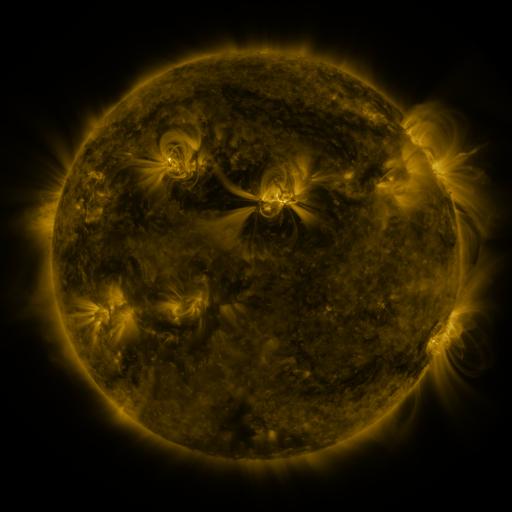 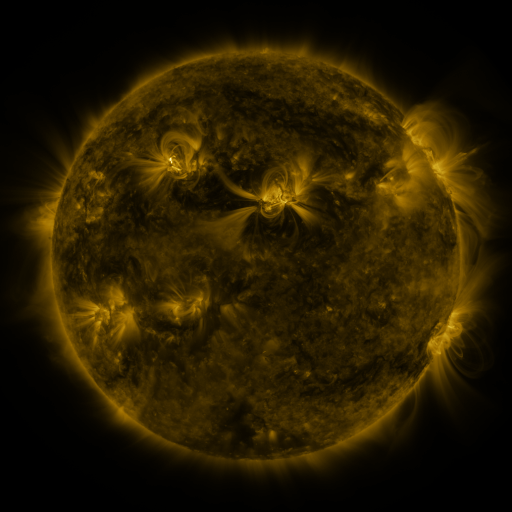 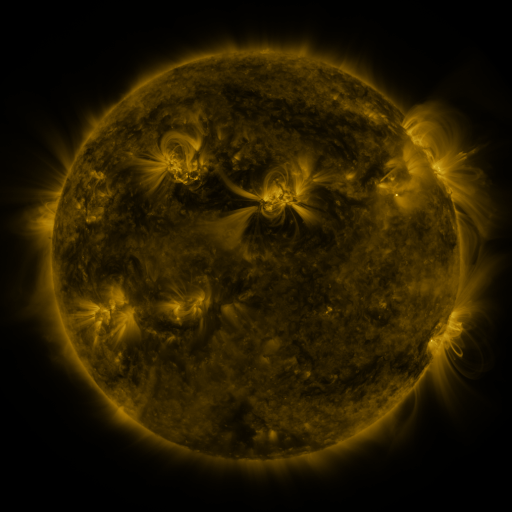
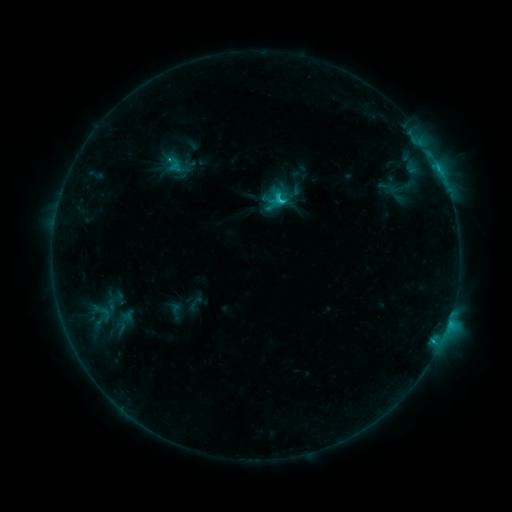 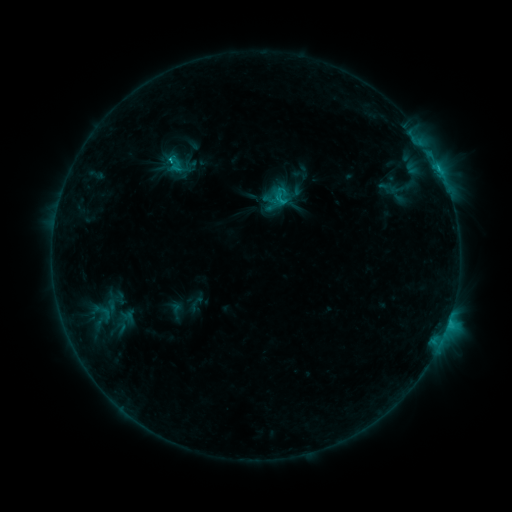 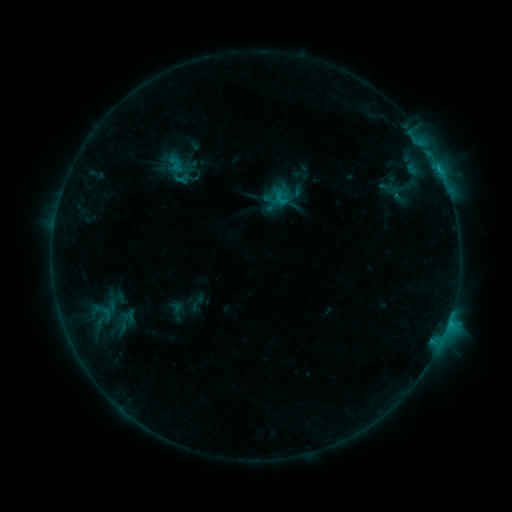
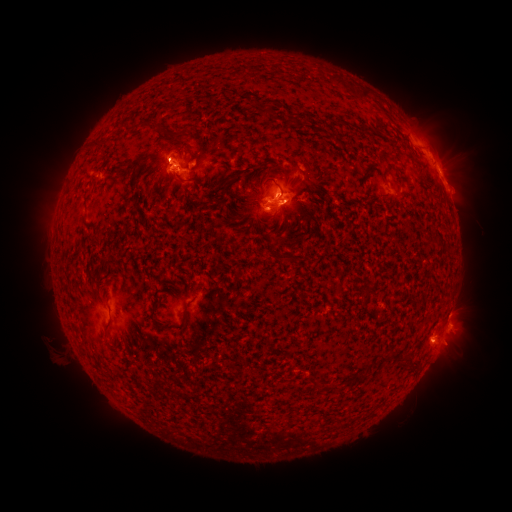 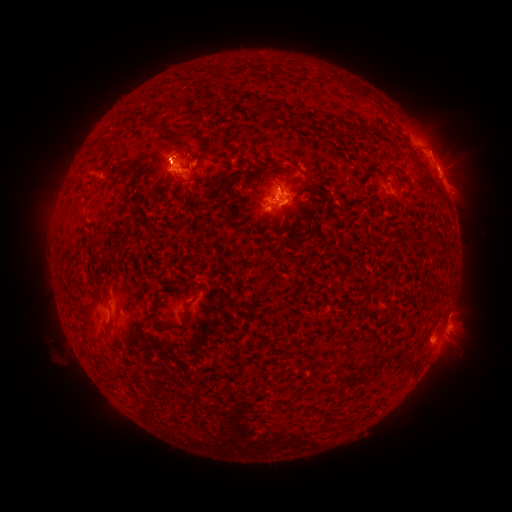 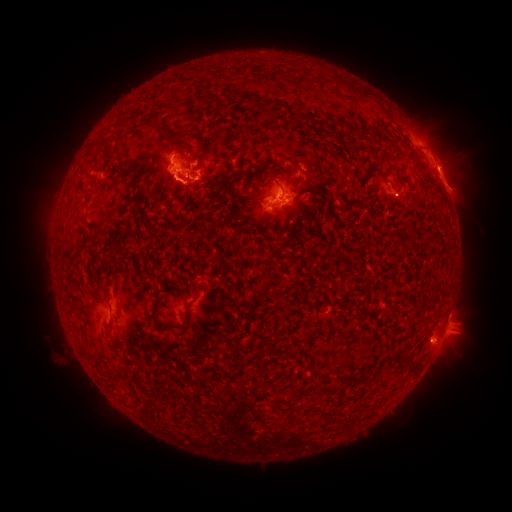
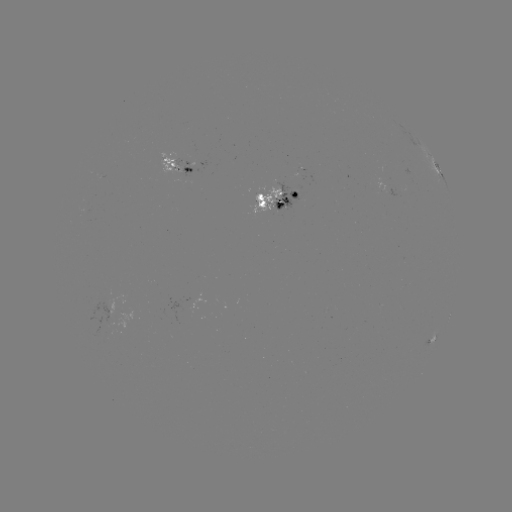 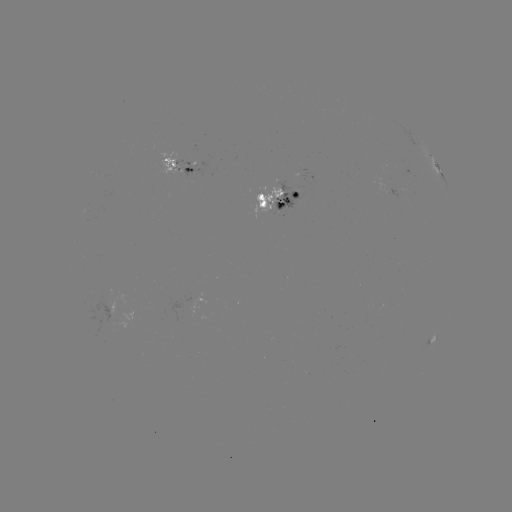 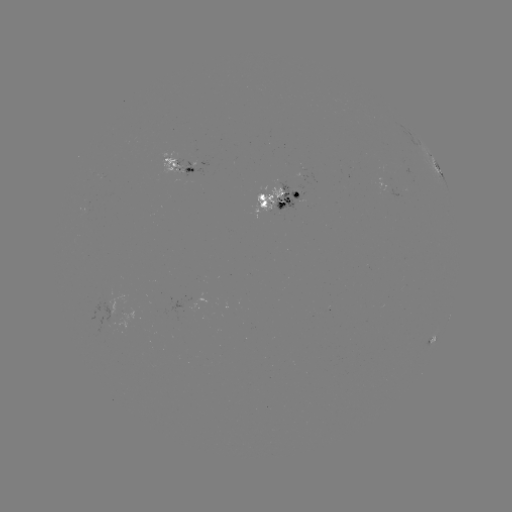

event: emerging-flux region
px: (165, 161)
